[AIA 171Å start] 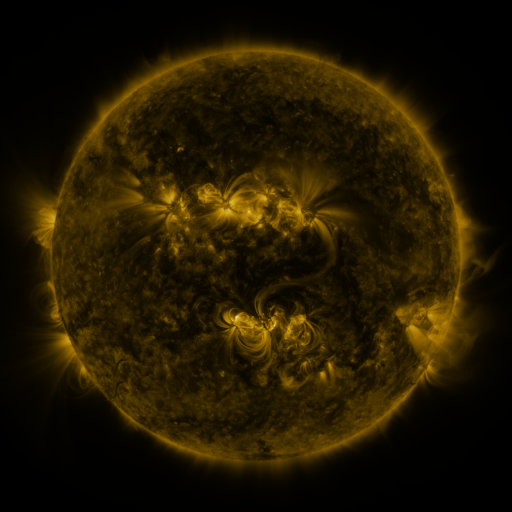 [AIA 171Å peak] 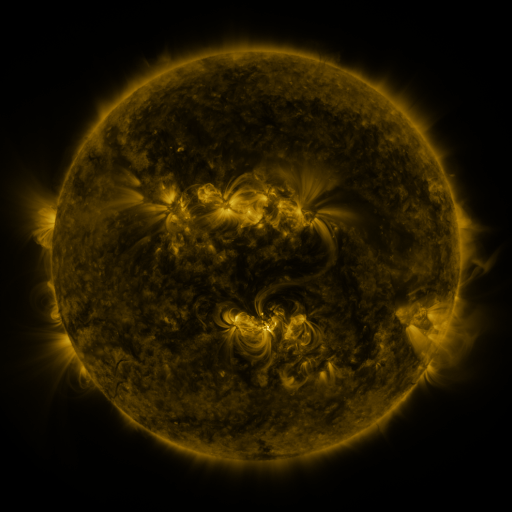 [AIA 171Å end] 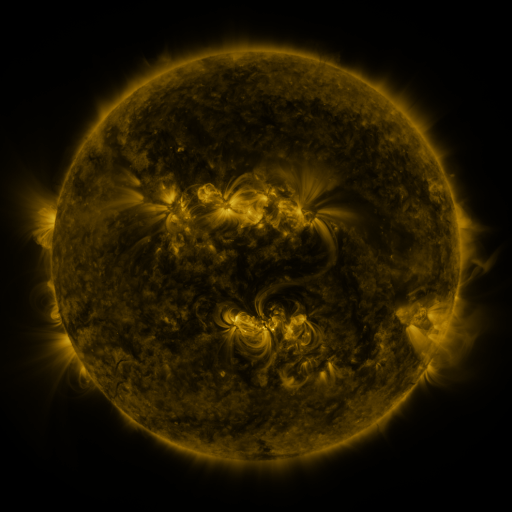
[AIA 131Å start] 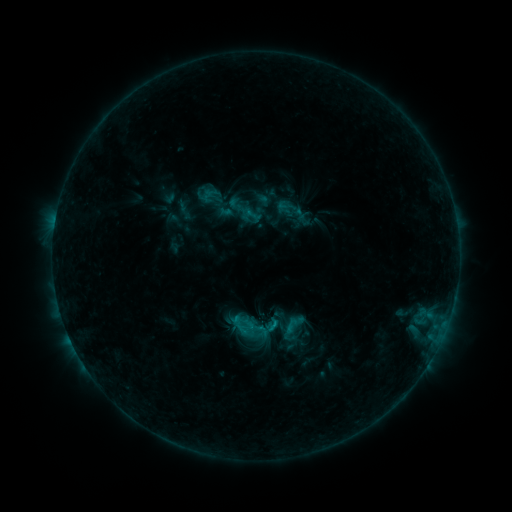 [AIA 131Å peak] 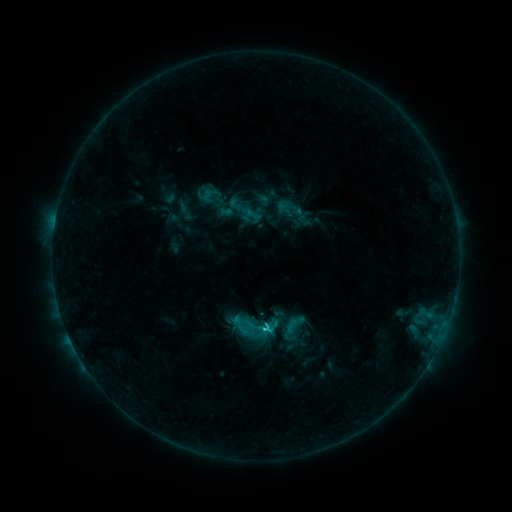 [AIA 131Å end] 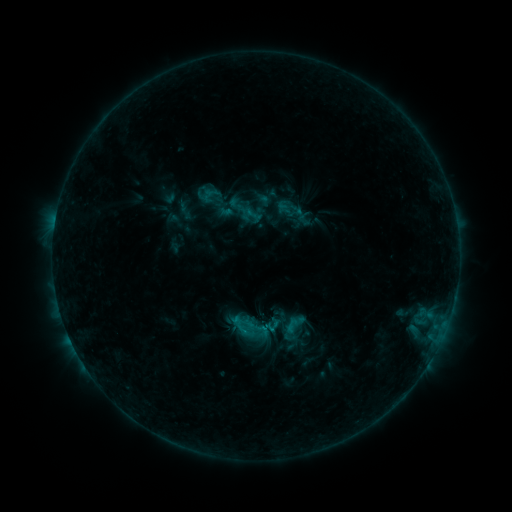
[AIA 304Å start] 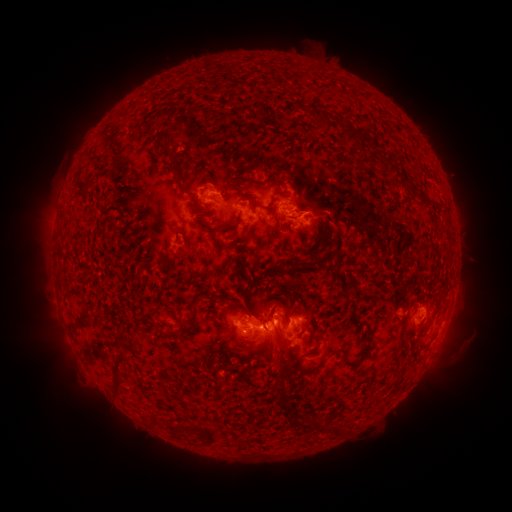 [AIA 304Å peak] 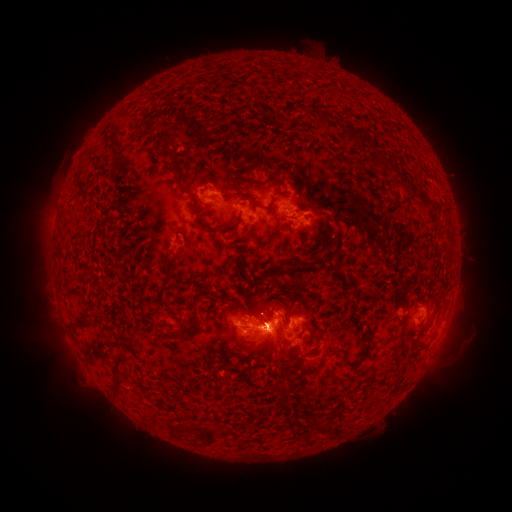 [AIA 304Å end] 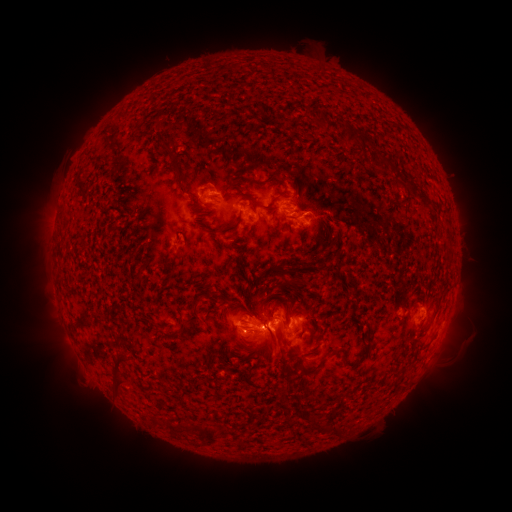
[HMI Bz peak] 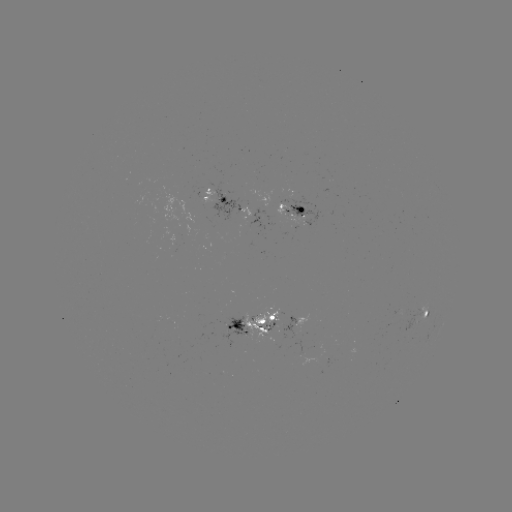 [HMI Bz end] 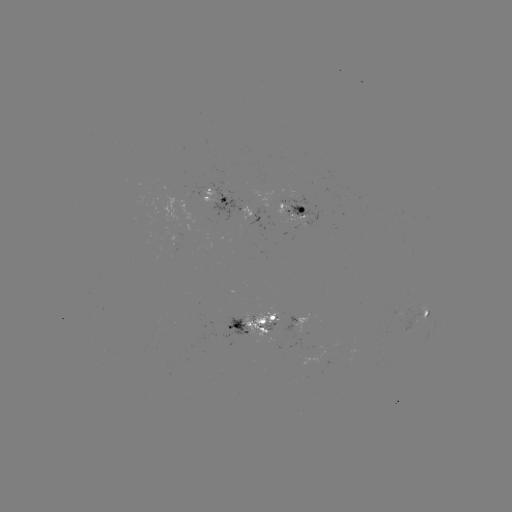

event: flare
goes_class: C2.4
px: (266, 326)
